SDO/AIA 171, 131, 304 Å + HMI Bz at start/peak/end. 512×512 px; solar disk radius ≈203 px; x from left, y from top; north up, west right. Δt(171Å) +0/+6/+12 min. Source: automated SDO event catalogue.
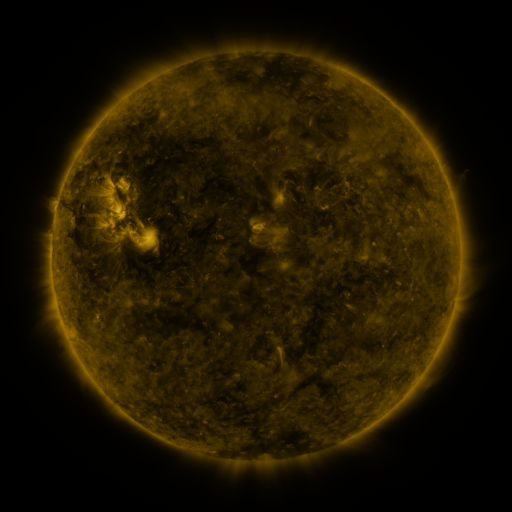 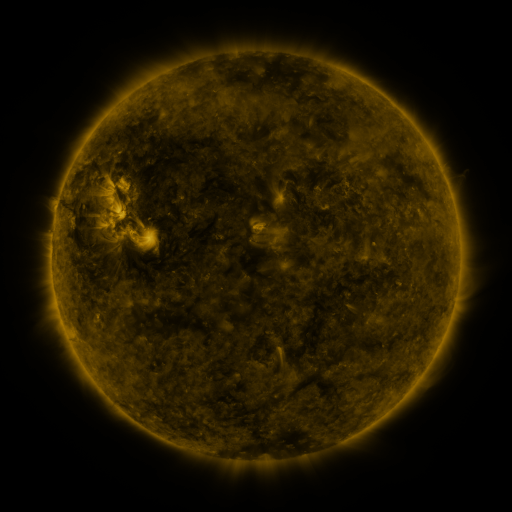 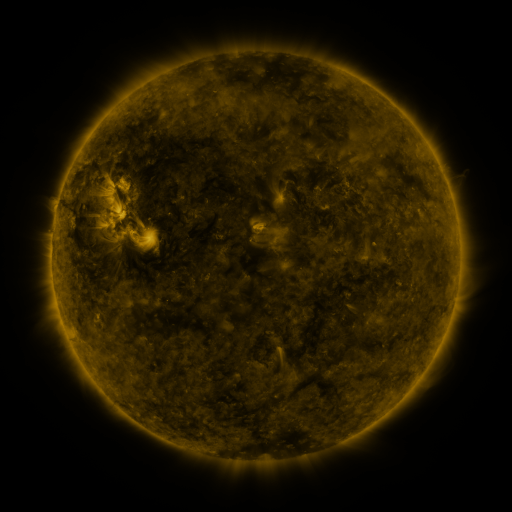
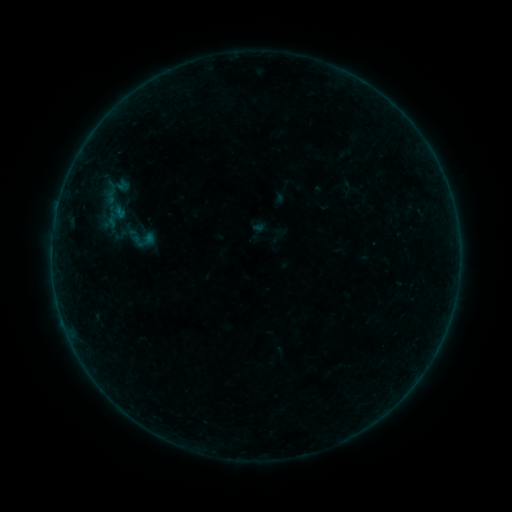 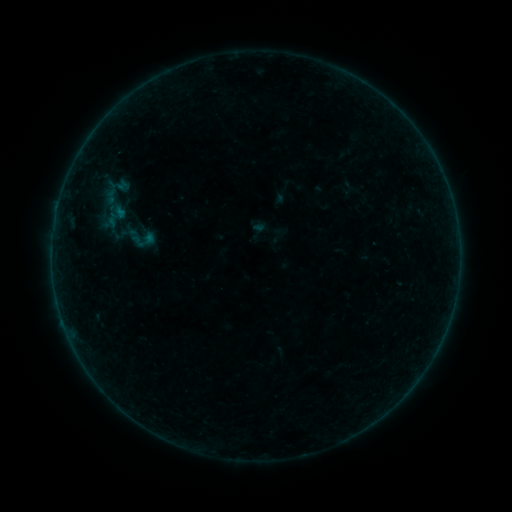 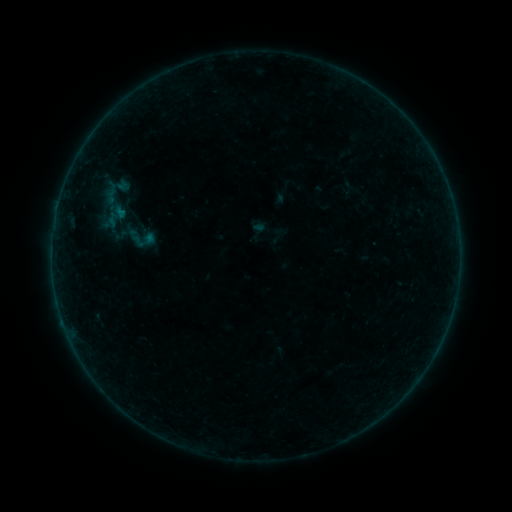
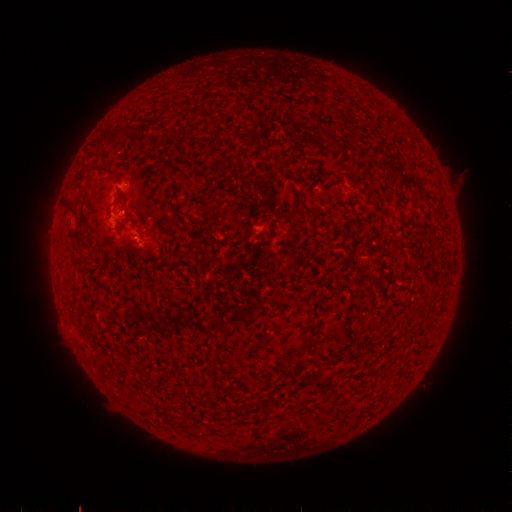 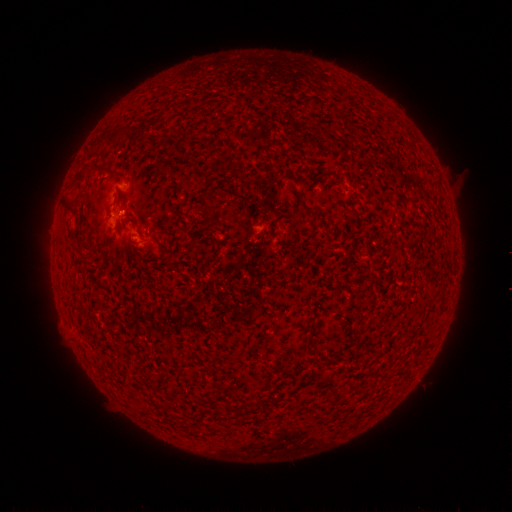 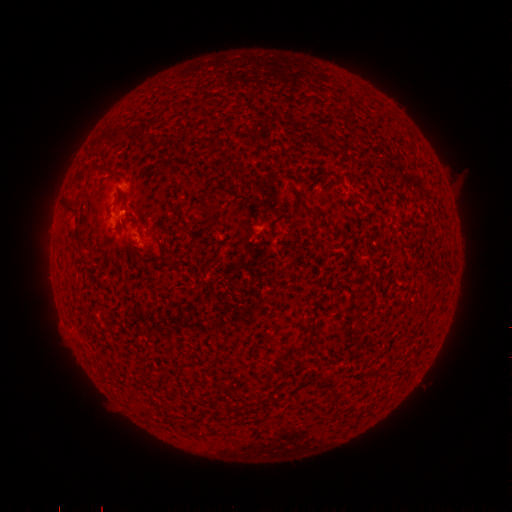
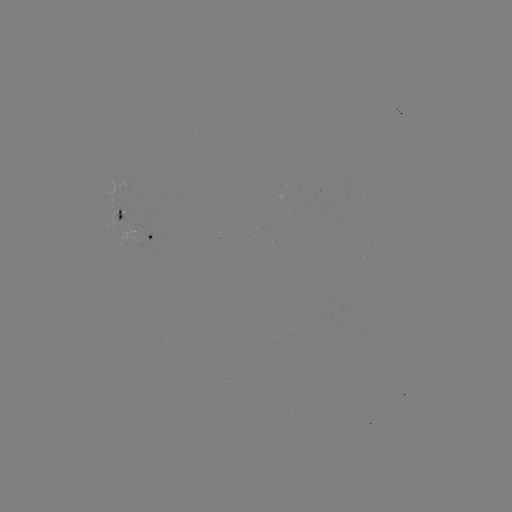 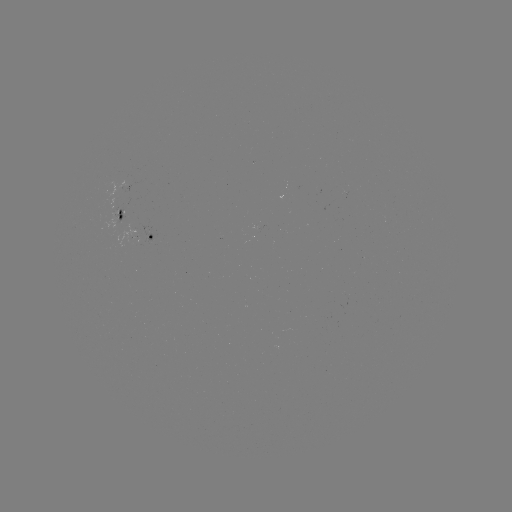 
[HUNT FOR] B1.3 flare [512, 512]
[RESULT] [123, 211]